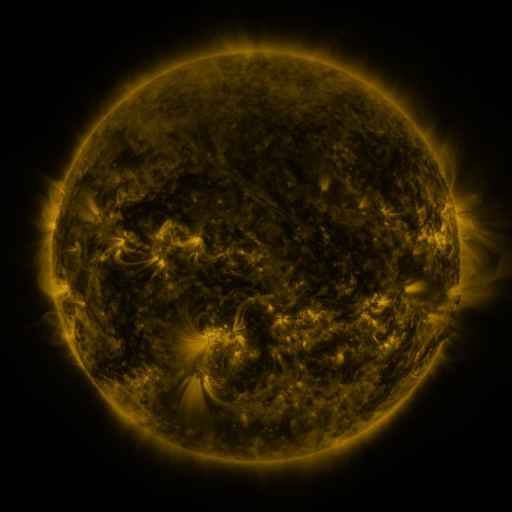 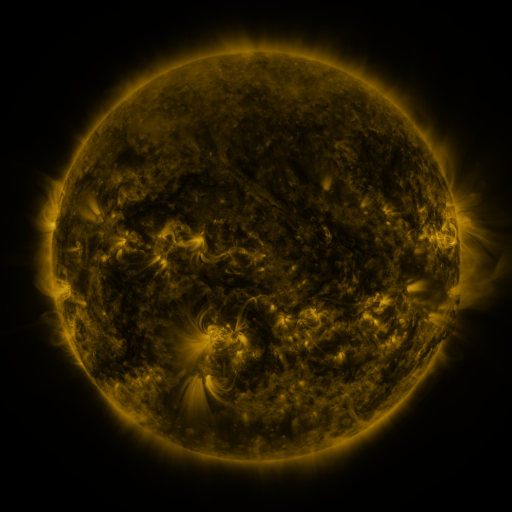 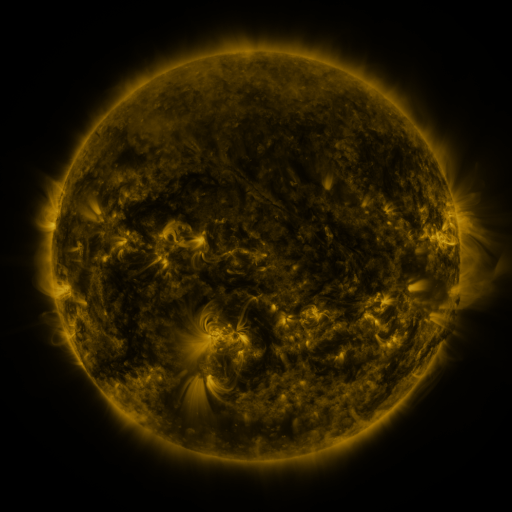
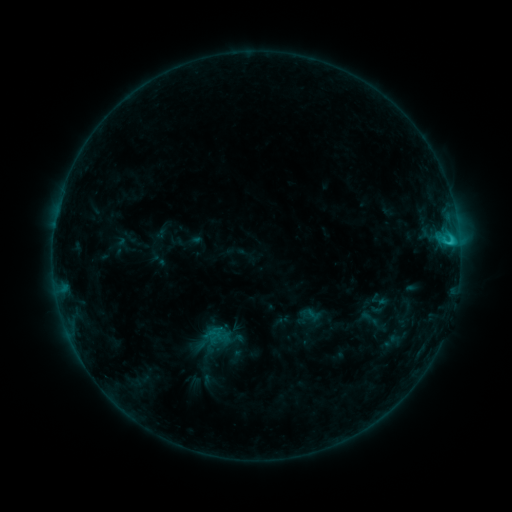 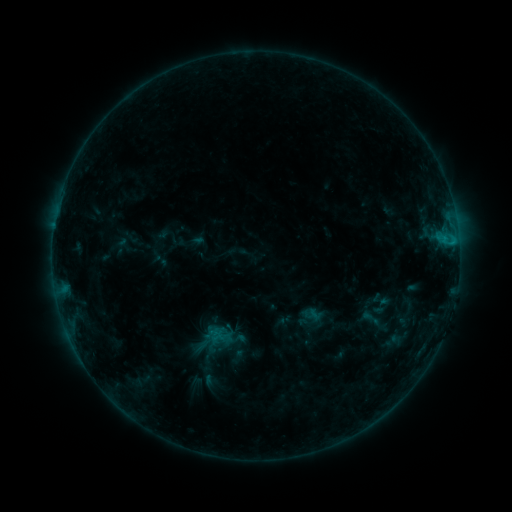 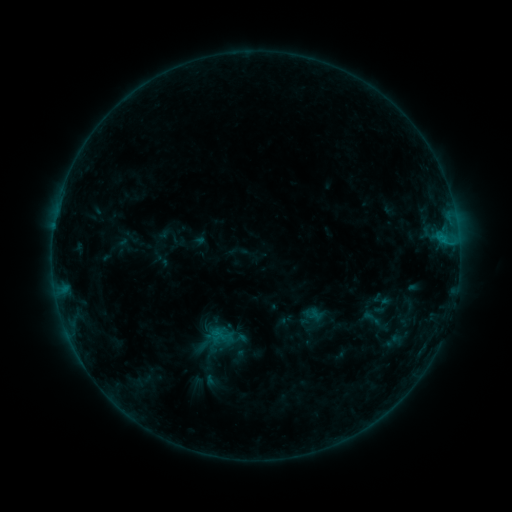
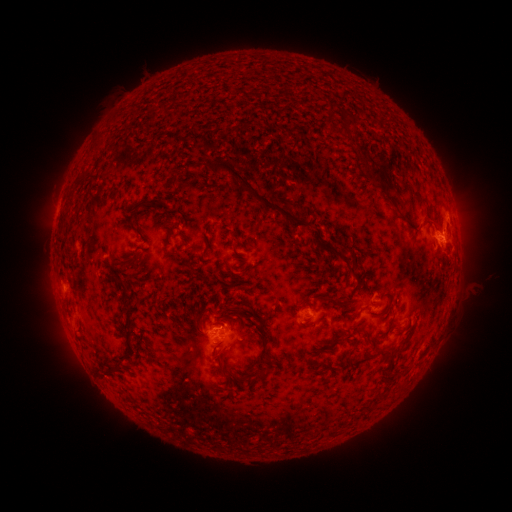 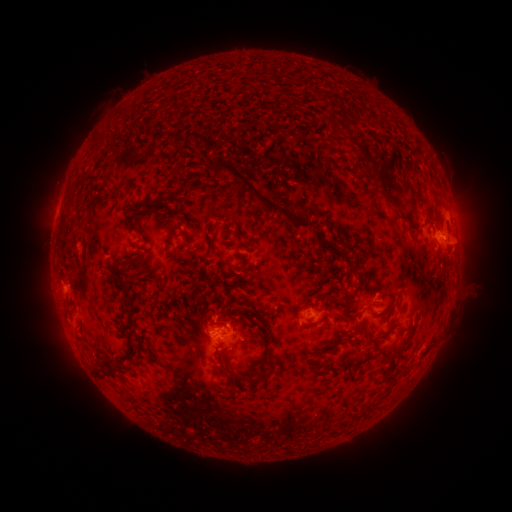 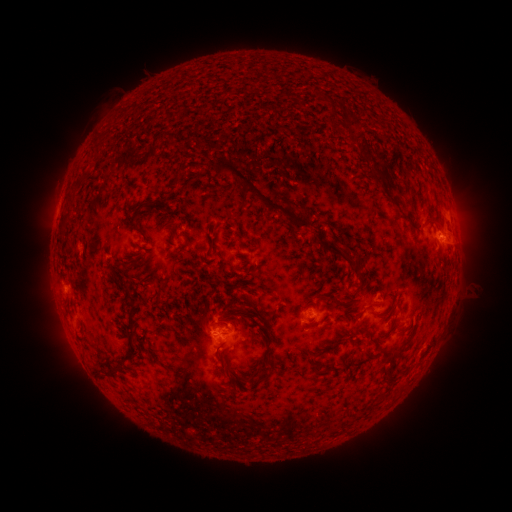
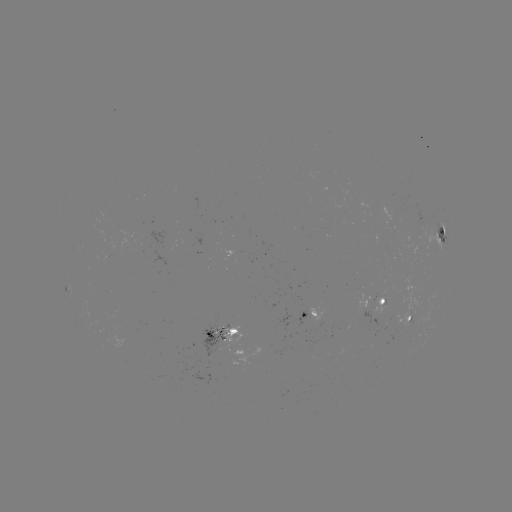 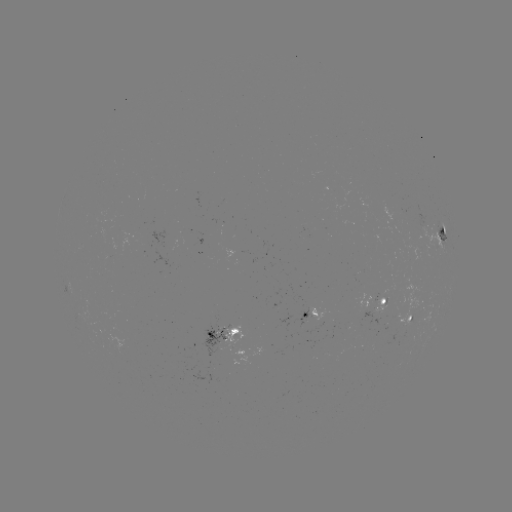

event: emerging-flux region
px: (111, 248)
